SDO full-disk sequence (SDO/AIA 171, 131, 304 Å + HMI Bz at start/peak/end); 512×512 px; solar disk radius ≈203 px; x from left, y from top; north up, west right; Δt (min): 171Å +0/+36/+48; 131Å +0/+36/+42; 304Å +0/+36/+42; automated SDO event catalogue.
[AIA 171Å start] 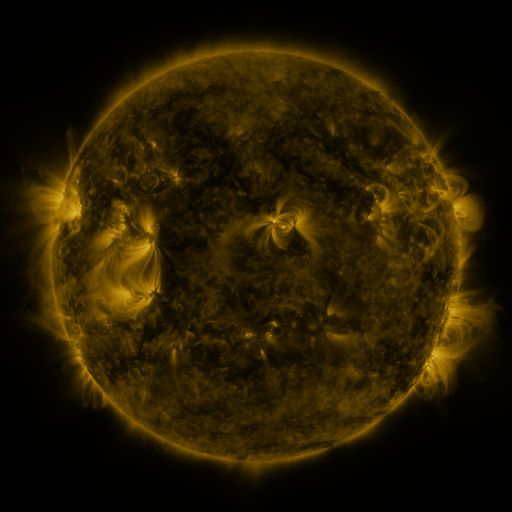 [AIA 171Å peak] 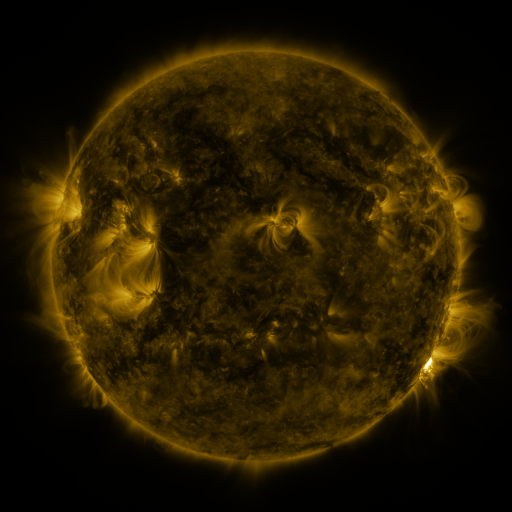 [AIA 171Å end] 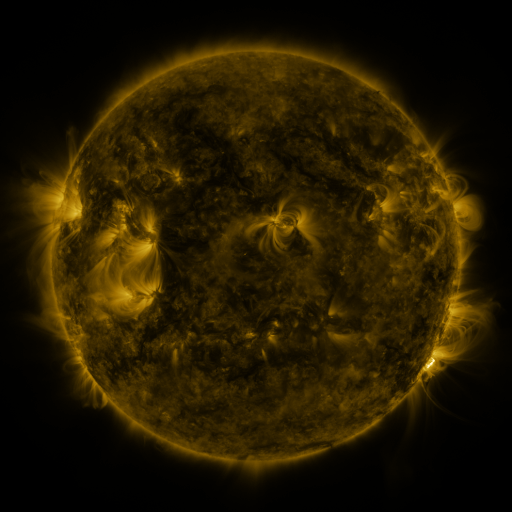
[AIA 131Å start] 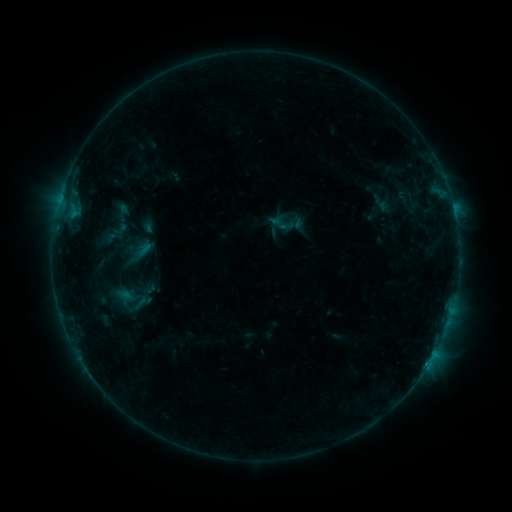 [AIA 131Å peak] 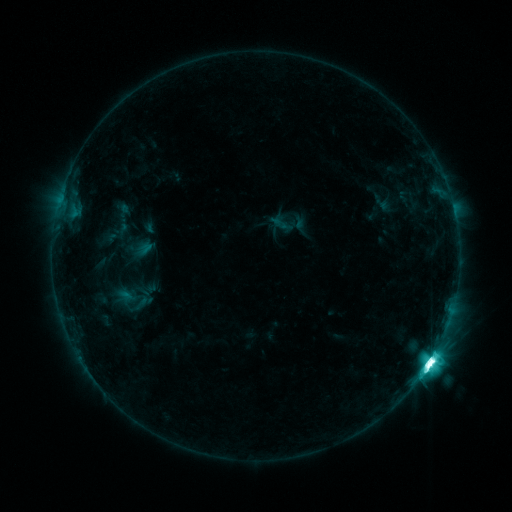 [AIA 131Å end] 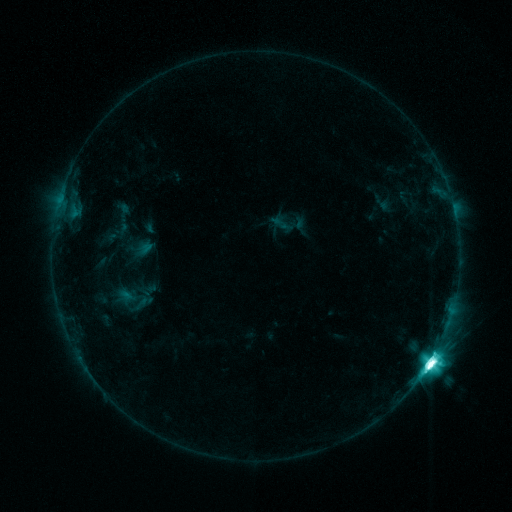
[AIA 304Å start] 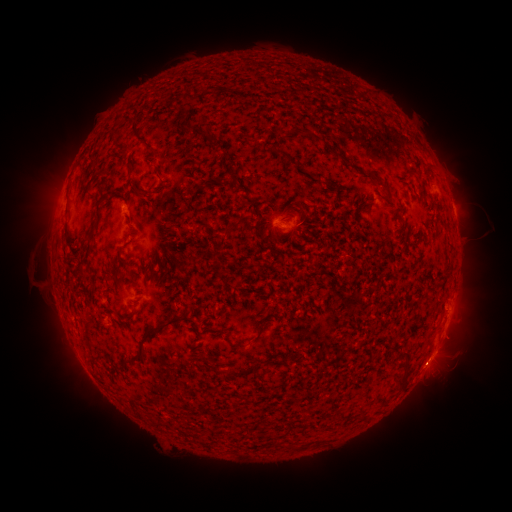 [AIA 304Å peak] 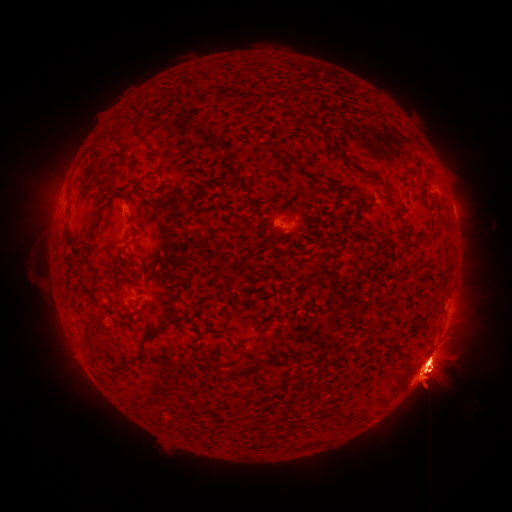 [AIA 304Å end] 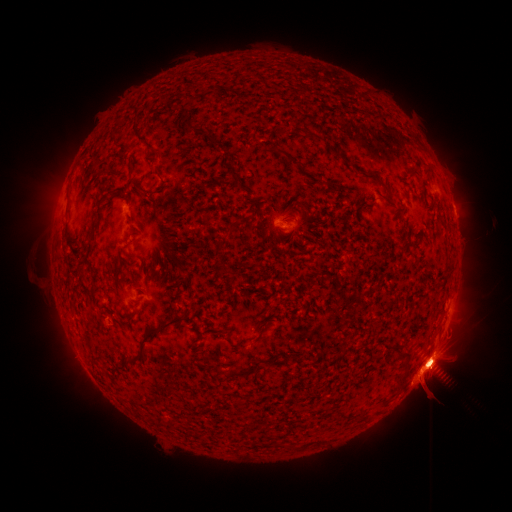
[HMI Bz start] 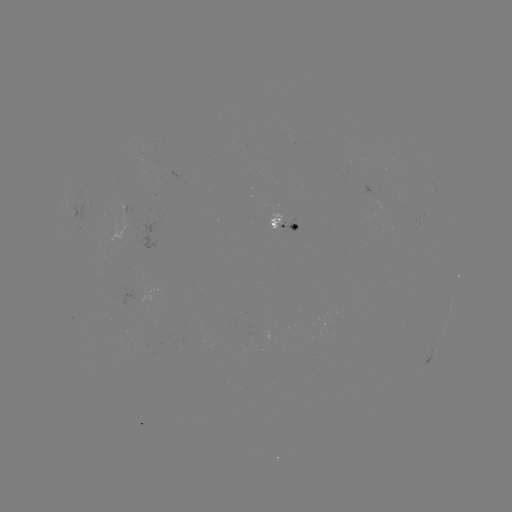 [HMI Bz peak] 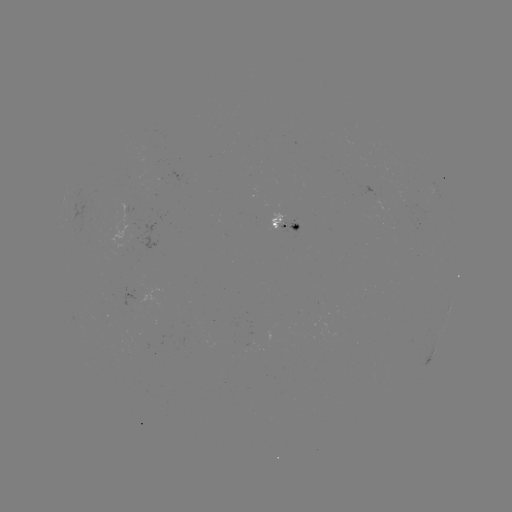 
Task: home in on M5.9 flare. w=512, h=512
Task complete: (428, 363).